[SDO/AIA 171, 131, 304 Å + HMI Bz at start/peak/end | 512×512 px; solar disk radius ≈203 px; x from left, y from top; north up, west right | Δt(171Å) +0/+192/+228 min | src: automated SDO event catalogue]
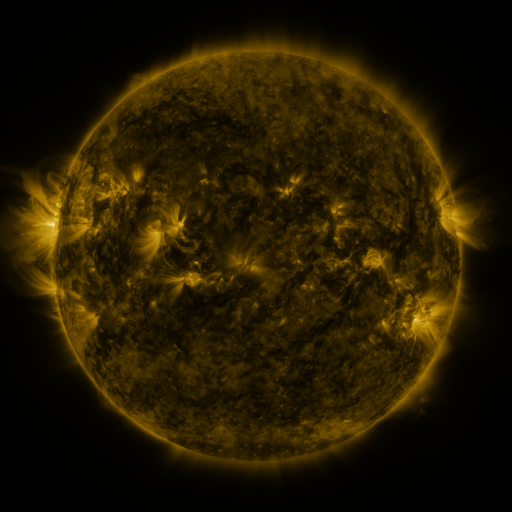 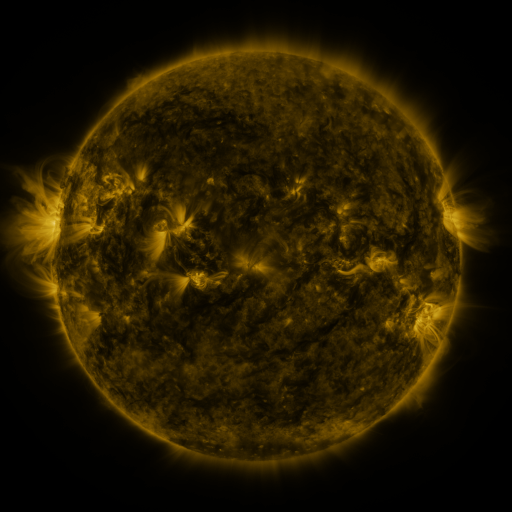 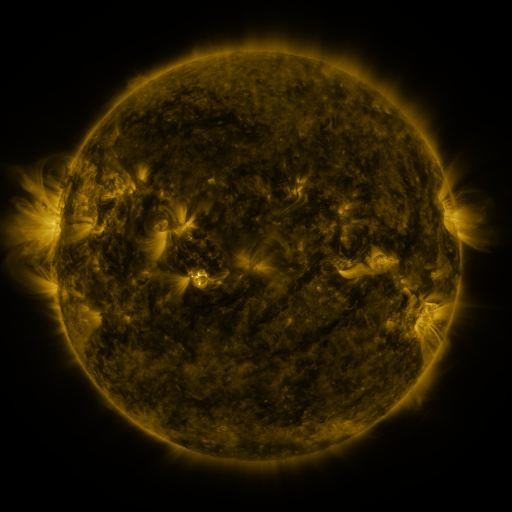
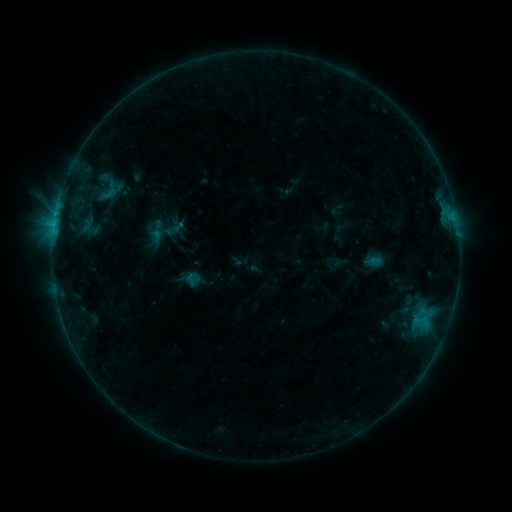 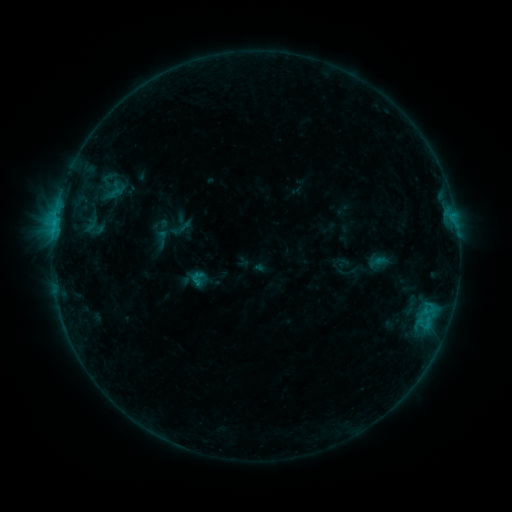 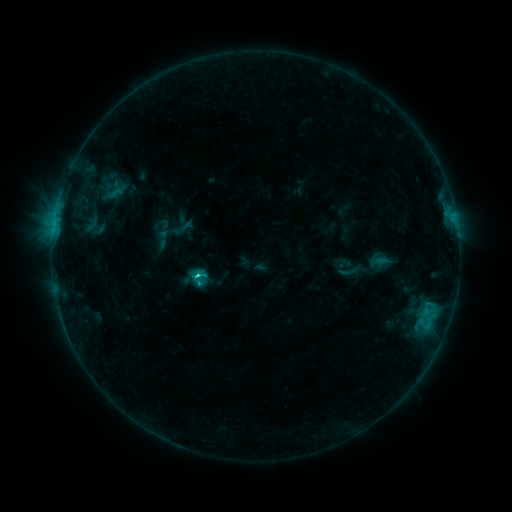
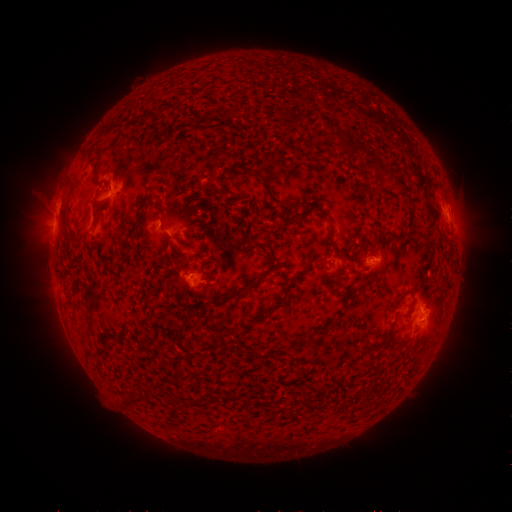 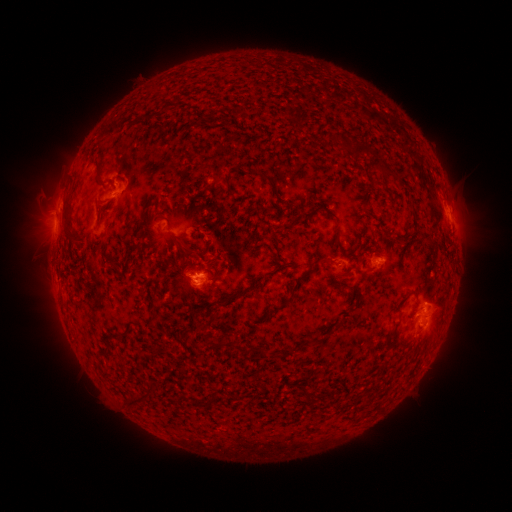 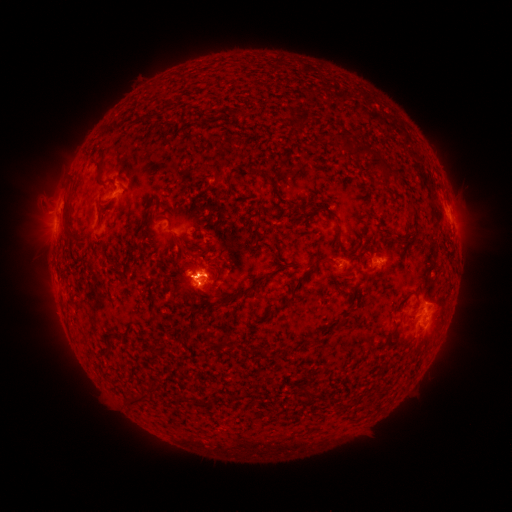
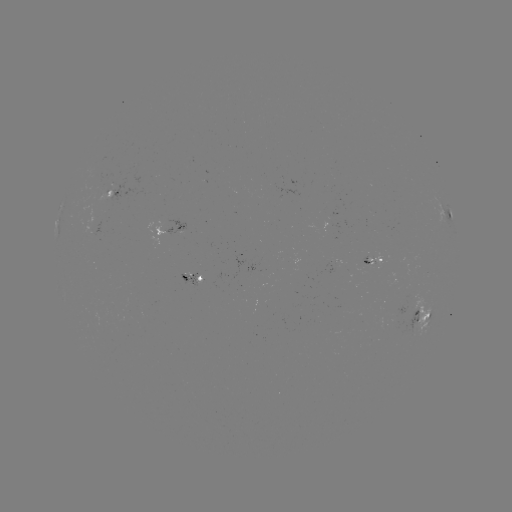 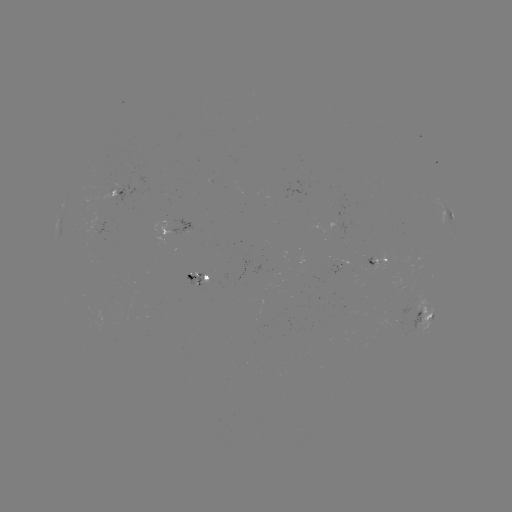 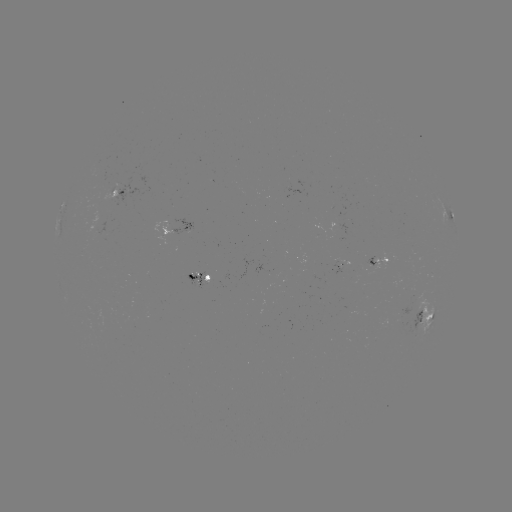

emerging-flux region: <bbox>183, 273, 205, 290</bbox>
